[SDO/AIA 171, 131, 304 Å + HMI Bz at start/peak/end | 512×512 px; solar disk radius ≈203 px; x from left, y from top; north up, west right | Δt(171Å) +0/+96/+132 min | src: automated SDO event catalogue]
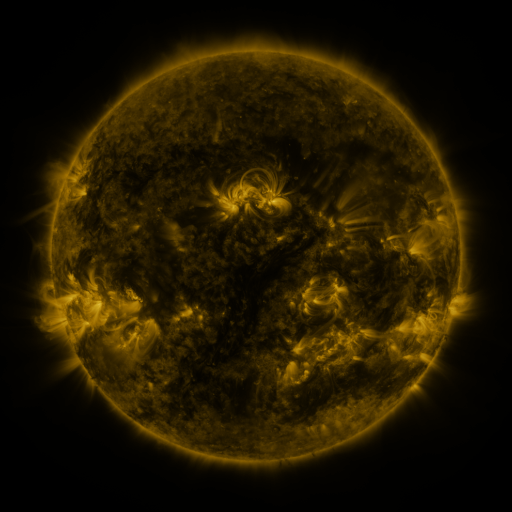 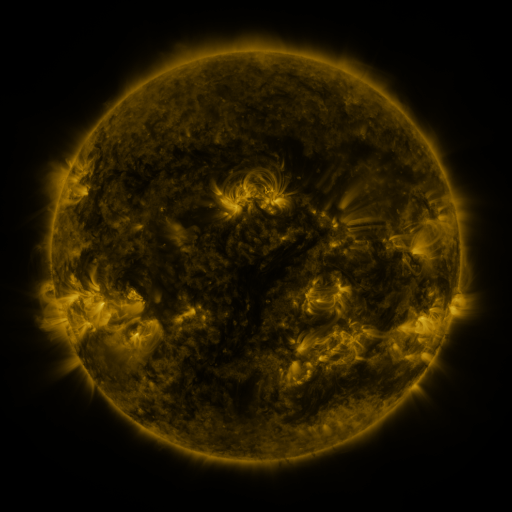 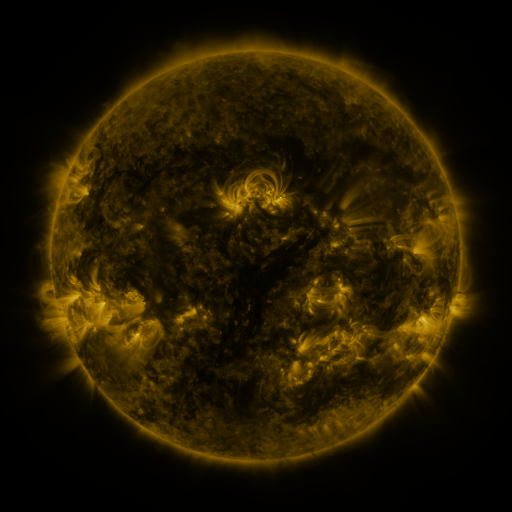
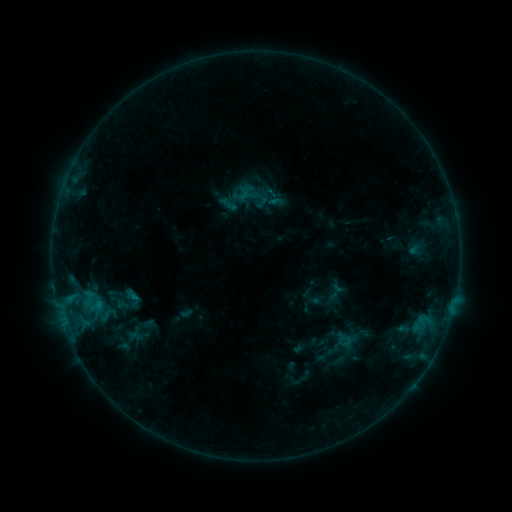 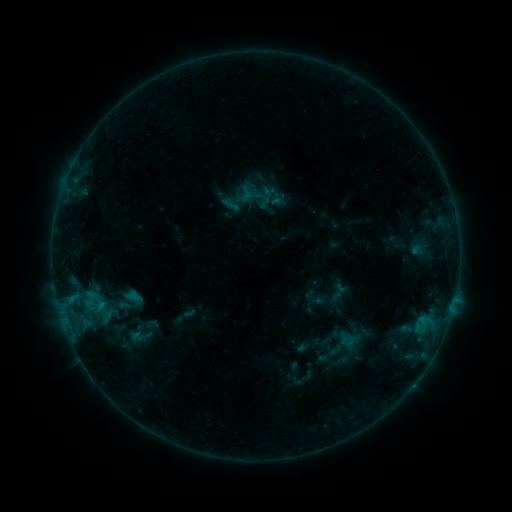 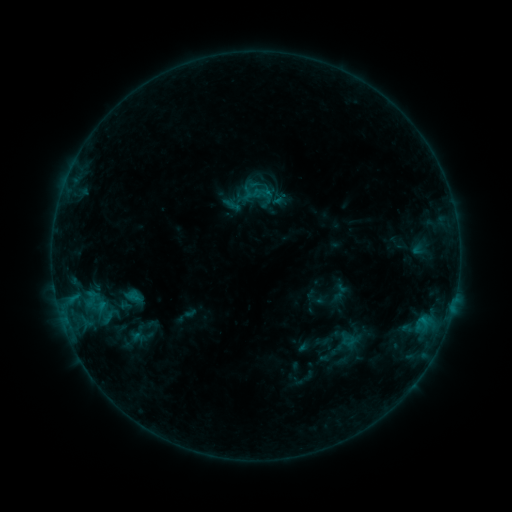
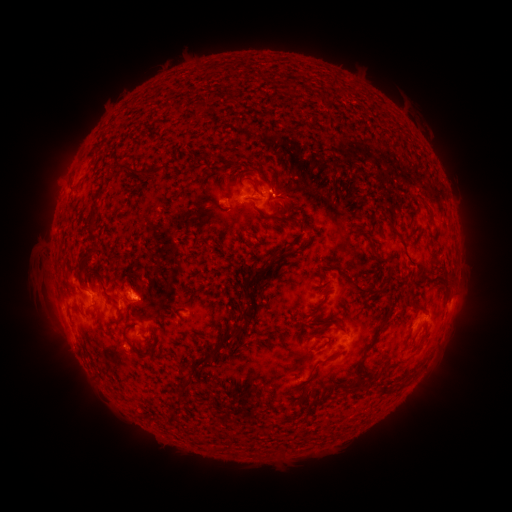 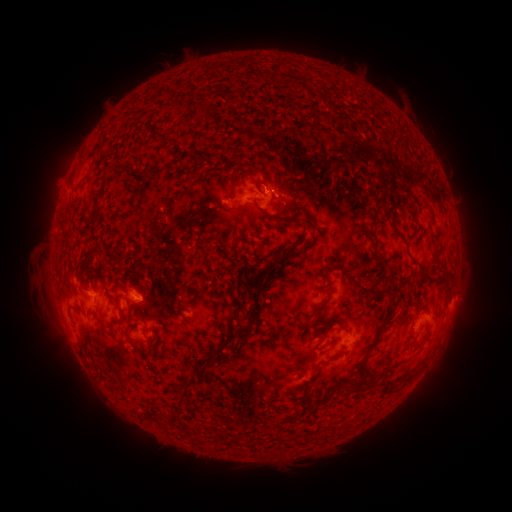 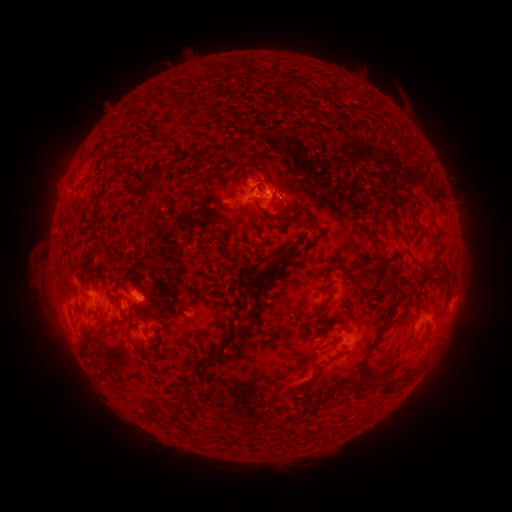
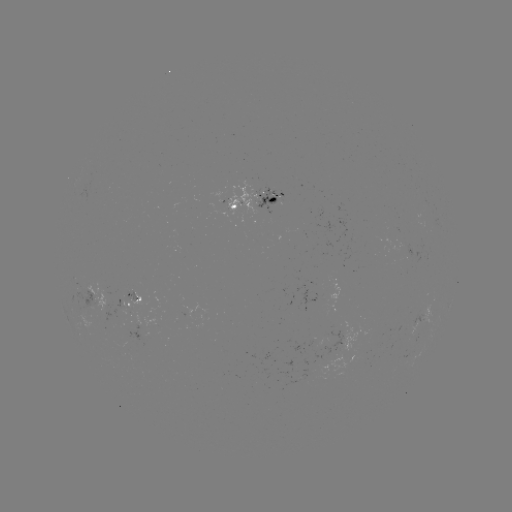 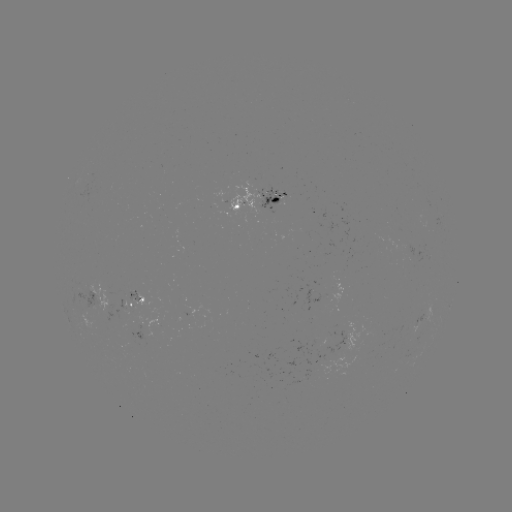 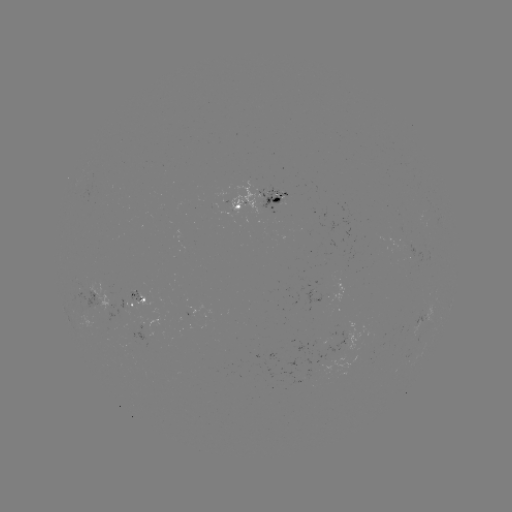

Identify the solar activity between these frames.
emerging-flux region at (104, 308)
